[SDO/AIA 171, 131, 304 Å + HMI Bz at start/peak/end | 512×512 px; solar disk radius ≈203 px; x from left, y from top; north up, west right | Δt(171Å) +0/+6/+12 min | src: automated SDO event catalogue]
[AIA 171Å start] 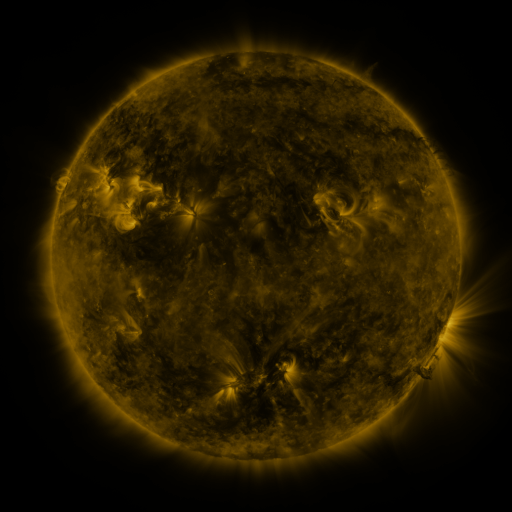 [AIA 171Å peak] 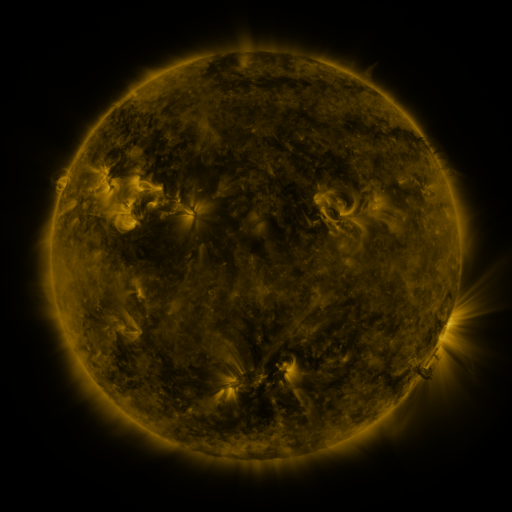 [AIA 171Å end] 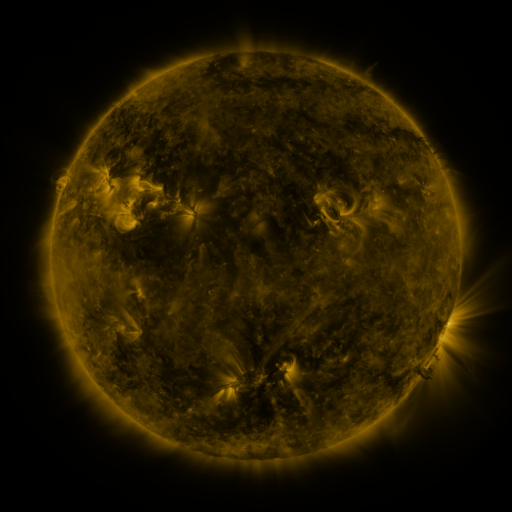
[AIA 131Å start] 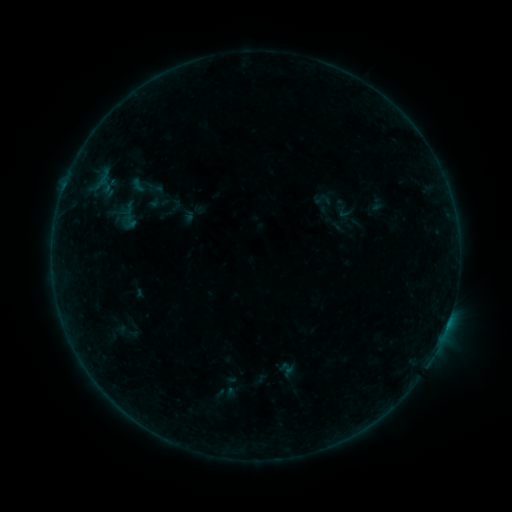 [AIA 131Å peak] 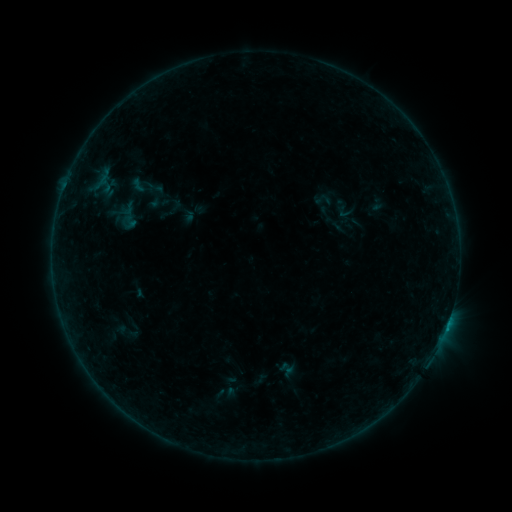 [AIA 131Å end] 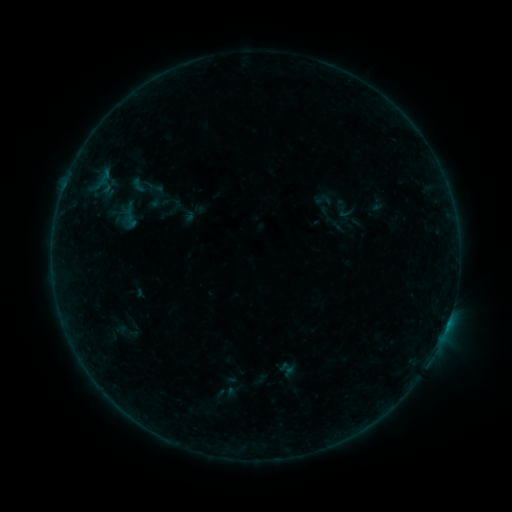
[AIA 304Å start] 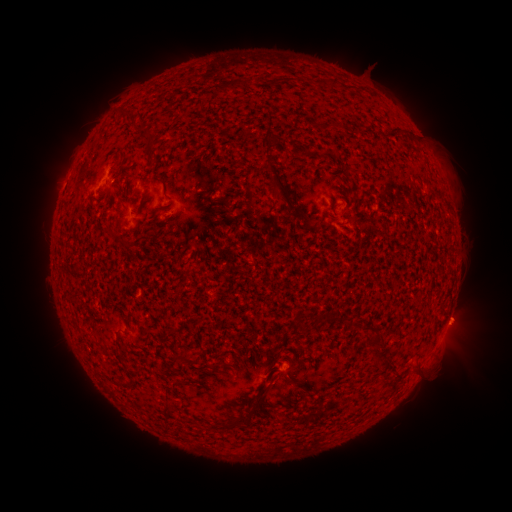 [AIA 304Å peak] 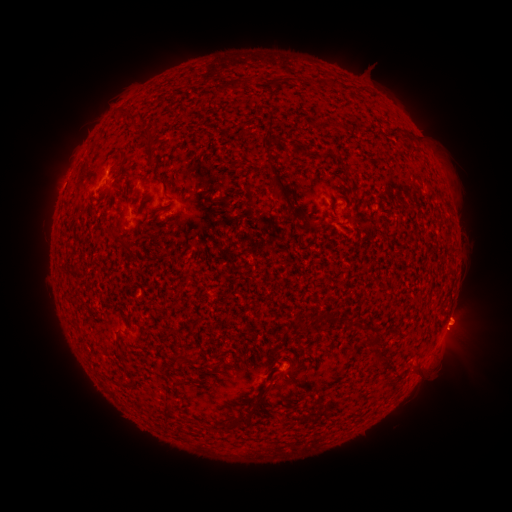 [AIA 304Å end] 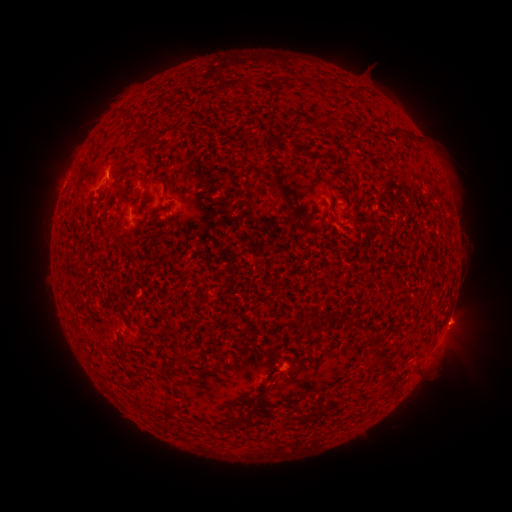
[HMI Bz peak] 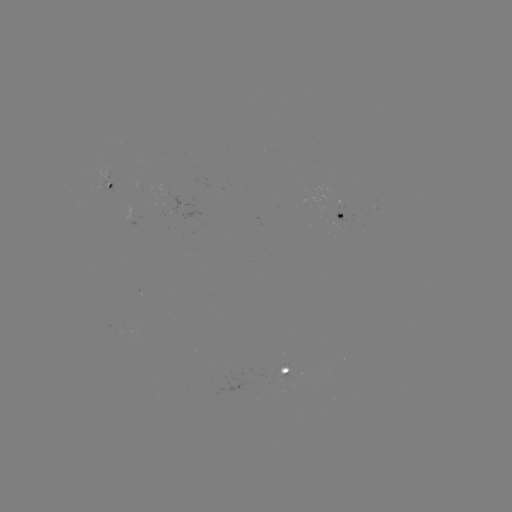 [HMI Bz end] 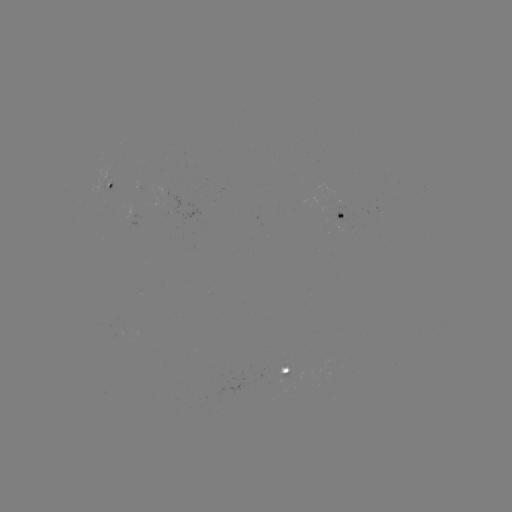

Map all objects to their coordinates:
eruption: (459, 337)
